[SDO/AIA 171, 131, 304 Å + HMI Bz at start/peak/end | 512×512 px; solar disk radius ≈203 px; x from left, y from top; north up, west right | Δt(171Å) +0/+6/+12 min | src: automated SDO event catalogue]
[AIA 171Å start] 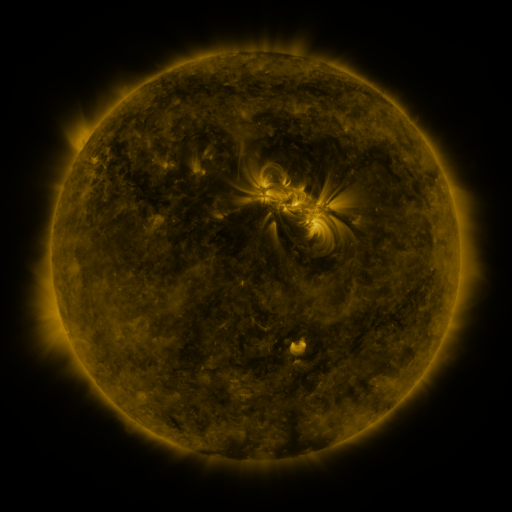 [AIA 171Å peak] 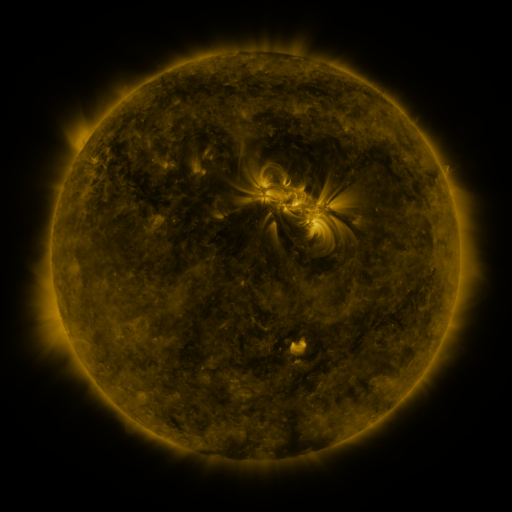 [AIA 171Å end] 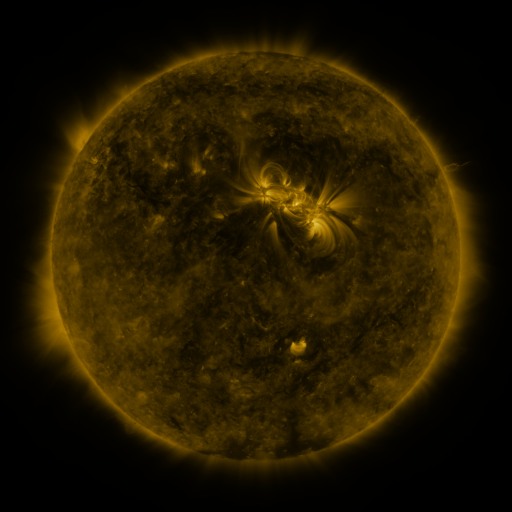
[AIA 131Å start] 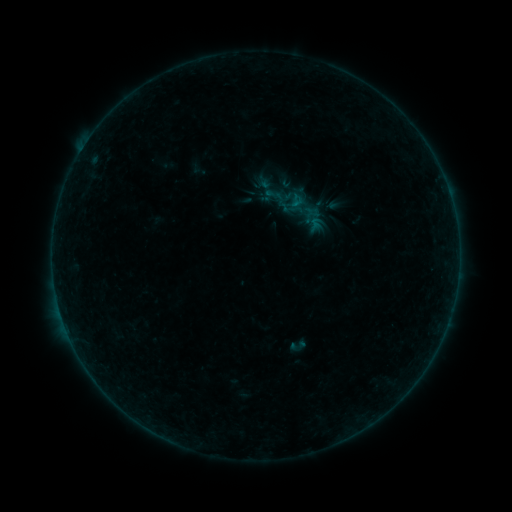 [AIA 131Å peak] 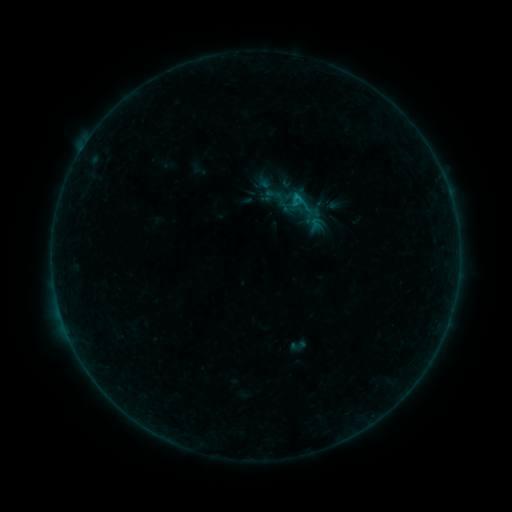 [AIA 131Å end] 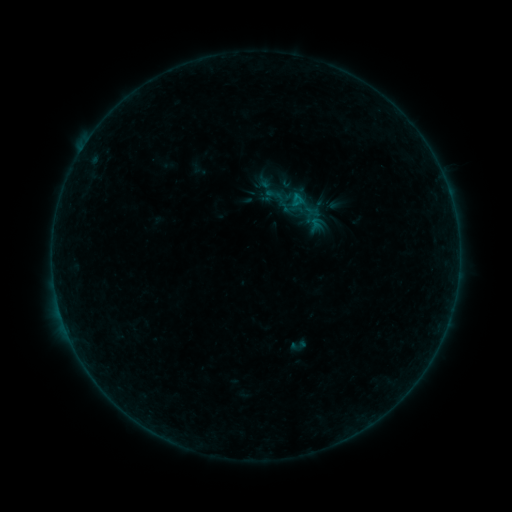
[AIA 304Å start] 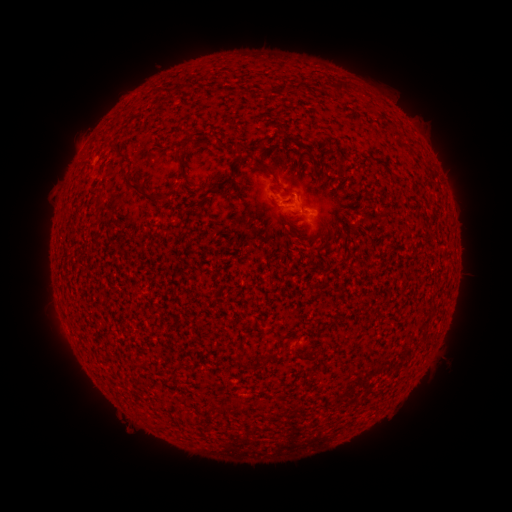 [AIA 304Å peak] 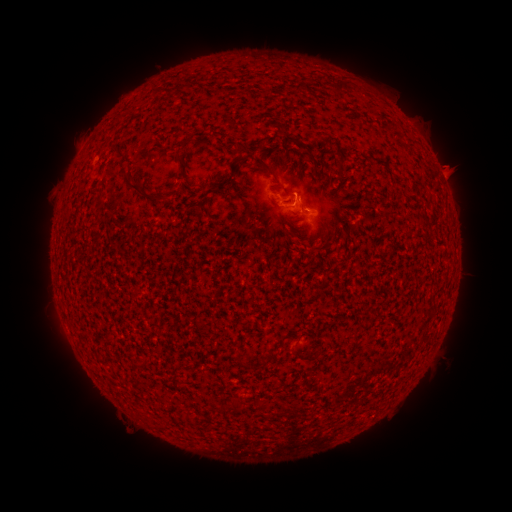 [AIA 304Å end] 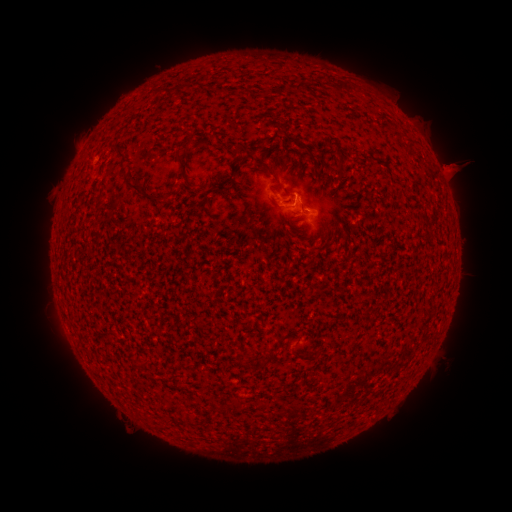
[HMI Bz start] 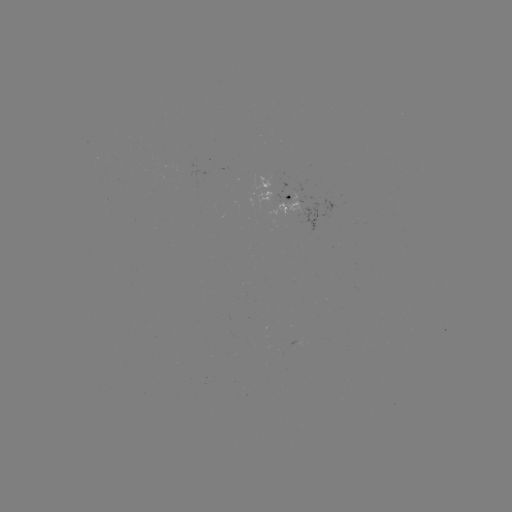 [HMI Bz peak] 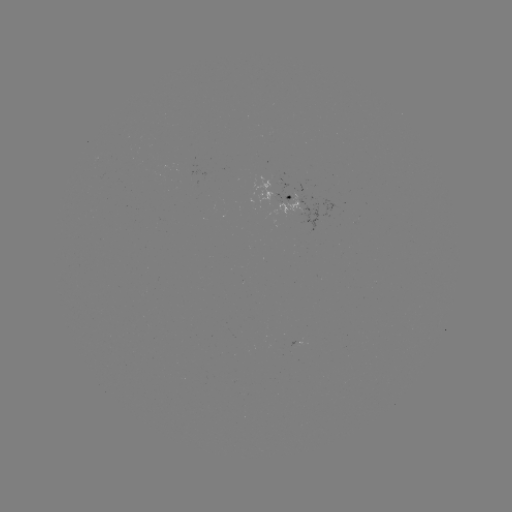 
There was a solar flare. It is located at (295, 197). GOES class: B3.1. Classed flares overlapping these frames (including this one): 1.